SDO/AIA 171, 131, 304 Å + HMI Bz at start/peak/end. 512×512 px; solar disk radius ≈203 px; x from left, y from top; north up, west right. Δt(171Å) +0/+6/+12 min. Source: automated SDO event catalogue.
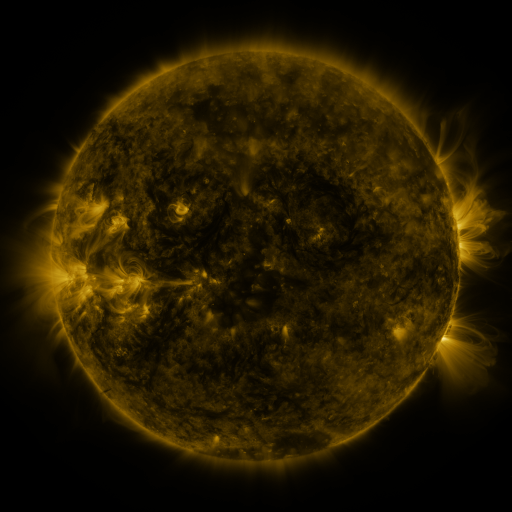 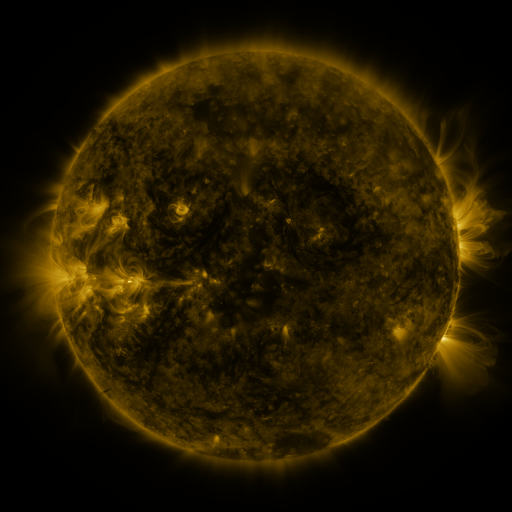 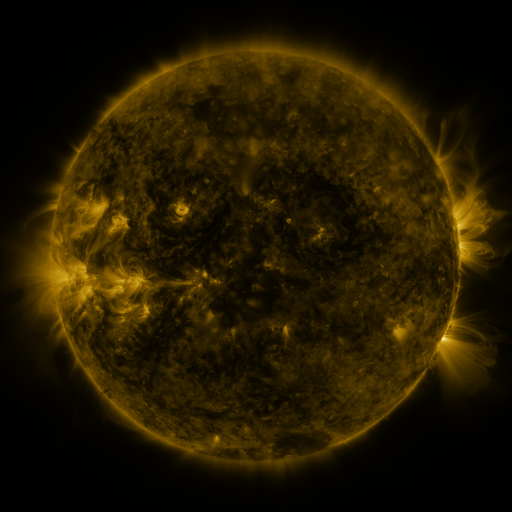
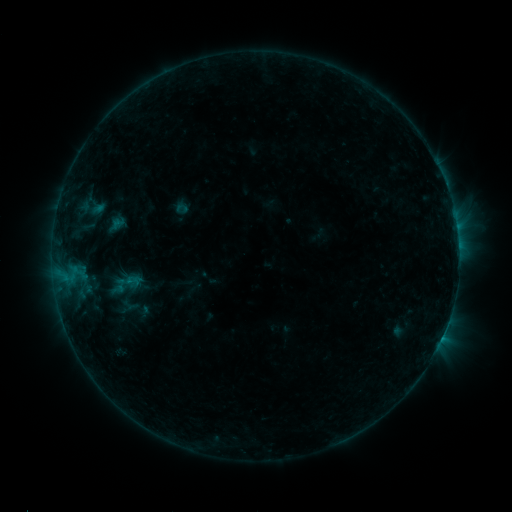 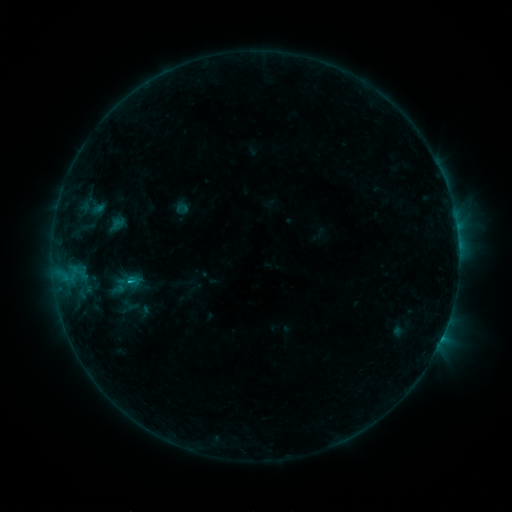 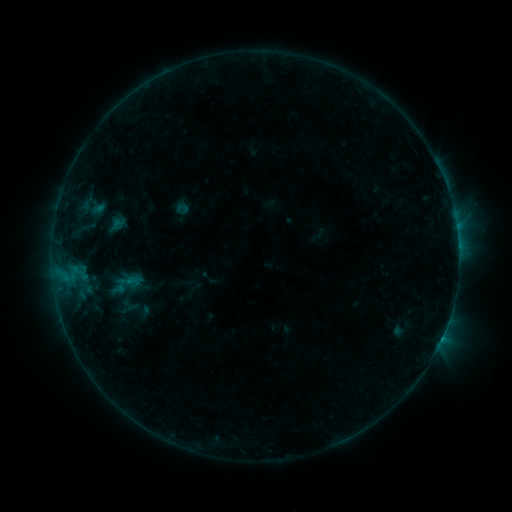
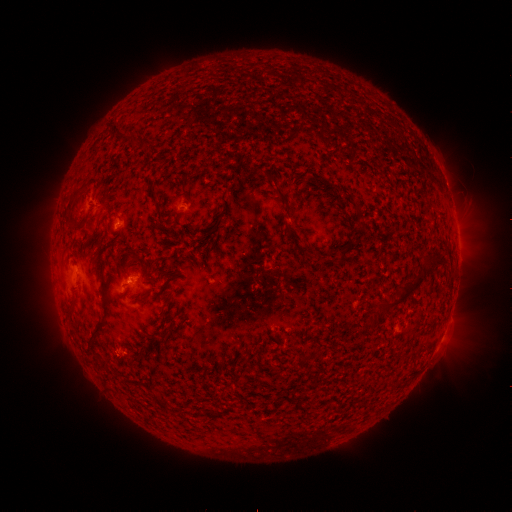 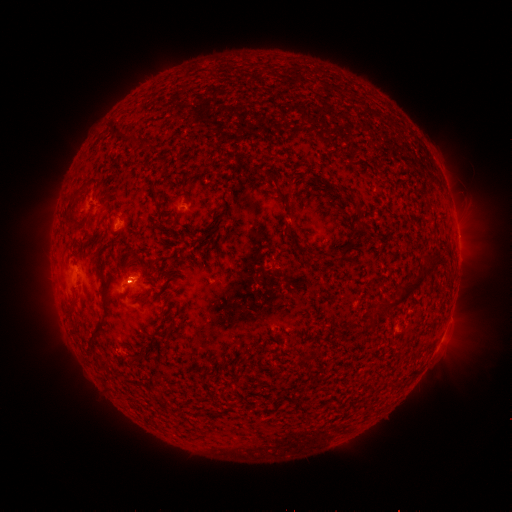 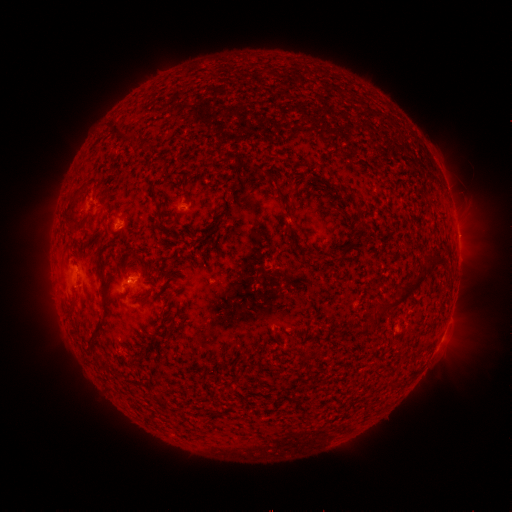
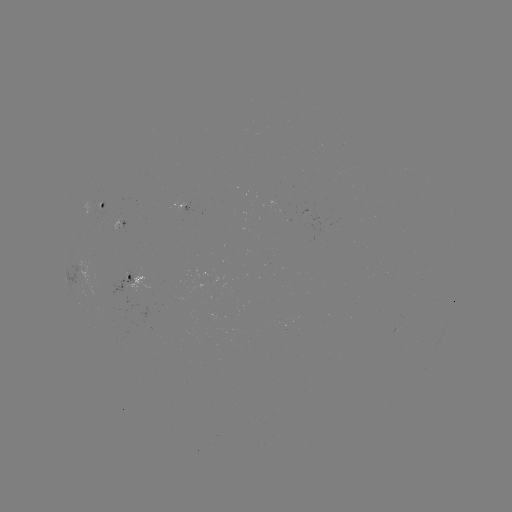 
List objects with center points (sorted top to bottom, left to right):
B4.7 flare: (131, 278)
